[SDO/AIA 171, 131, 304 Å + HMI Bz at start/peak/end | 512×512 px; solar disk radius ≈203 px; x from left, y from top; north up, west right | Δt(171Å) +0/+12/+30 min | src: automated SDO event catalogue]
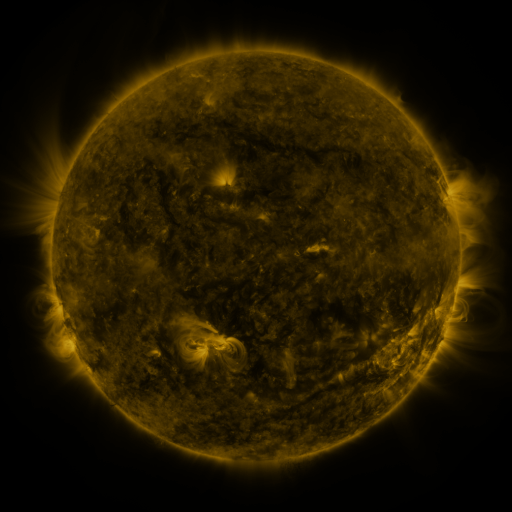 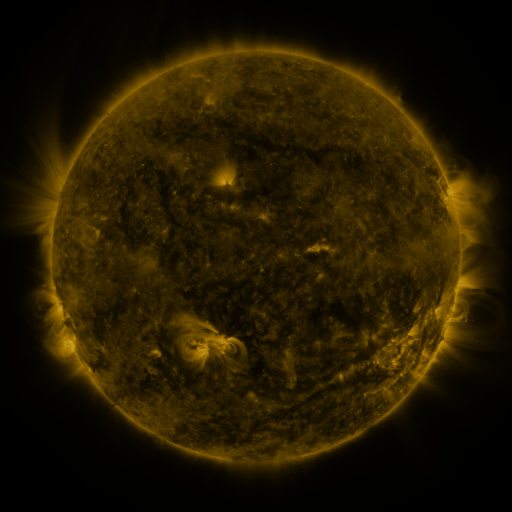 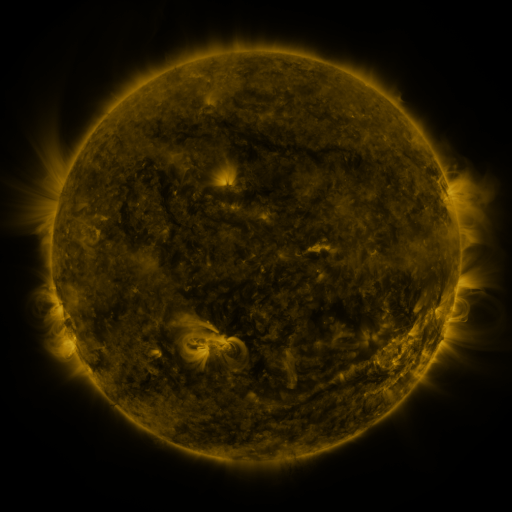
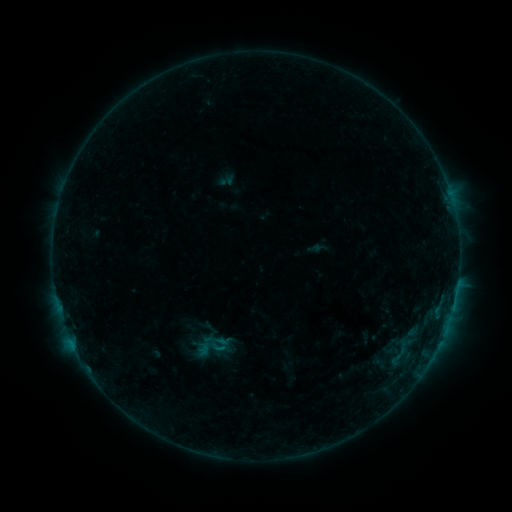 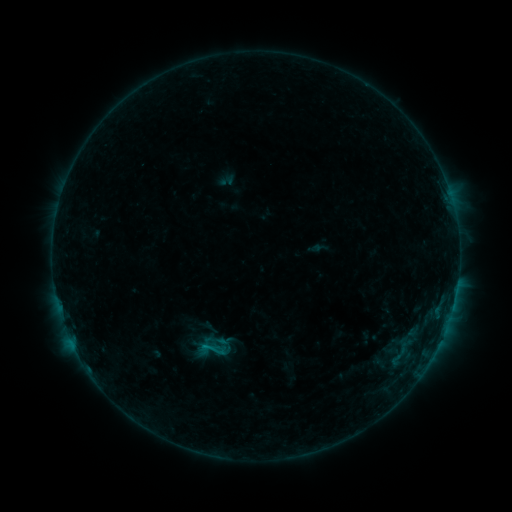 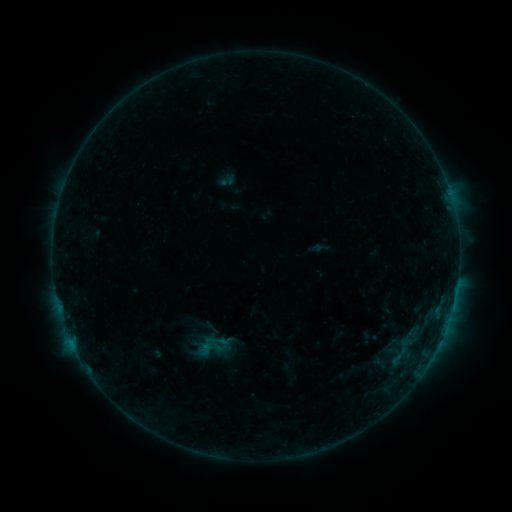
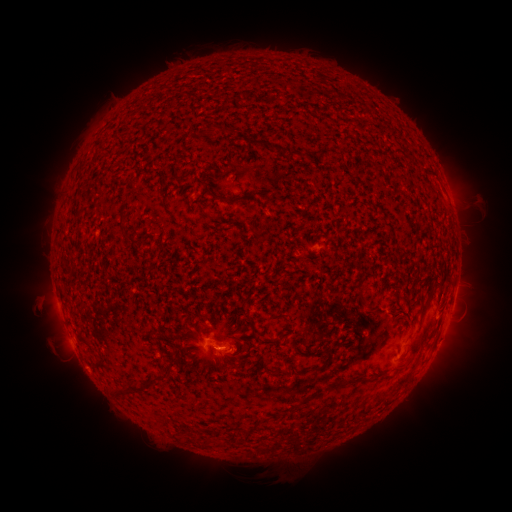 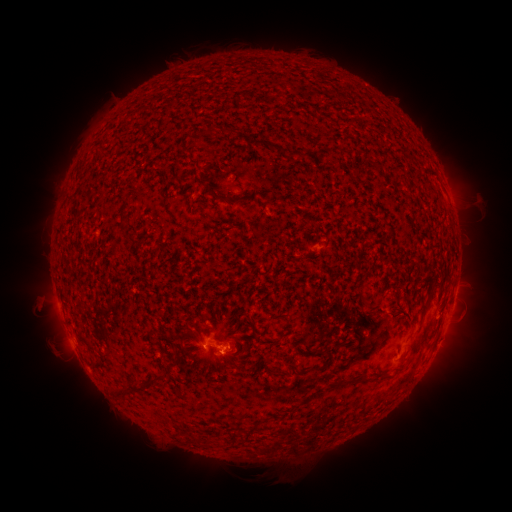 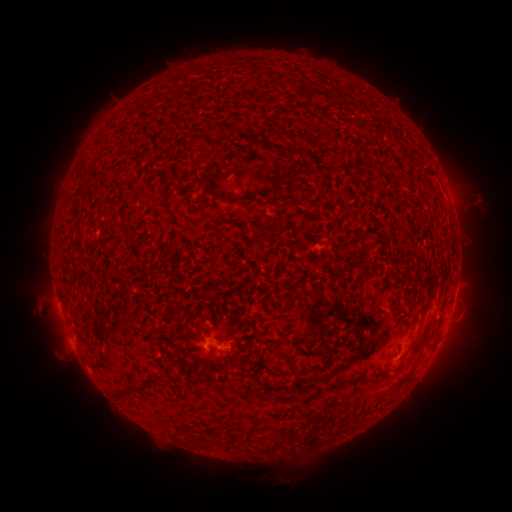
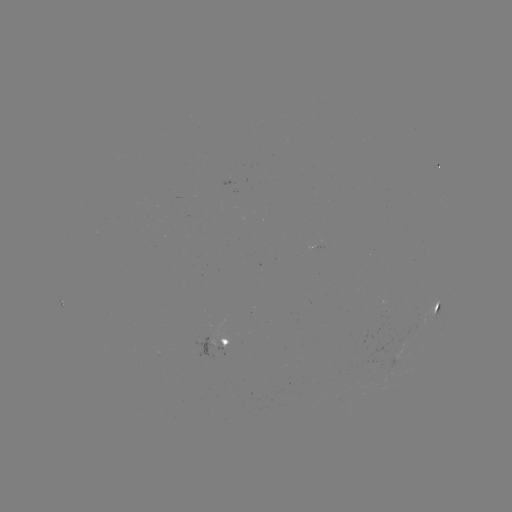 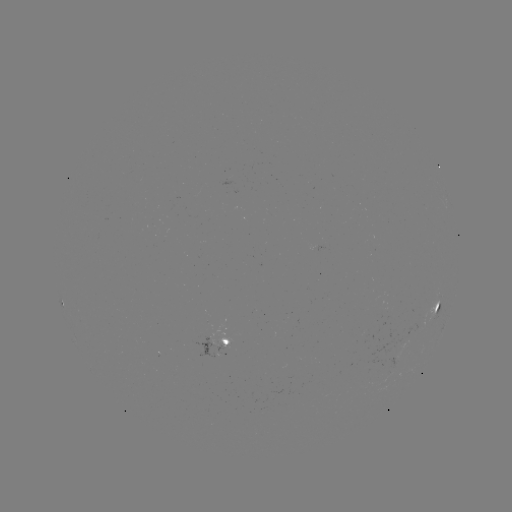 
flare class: B4.5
